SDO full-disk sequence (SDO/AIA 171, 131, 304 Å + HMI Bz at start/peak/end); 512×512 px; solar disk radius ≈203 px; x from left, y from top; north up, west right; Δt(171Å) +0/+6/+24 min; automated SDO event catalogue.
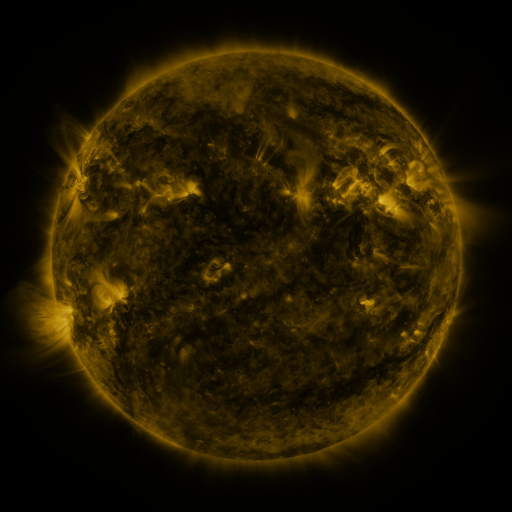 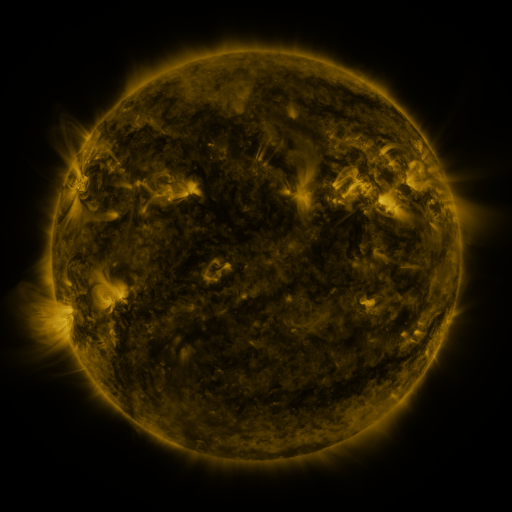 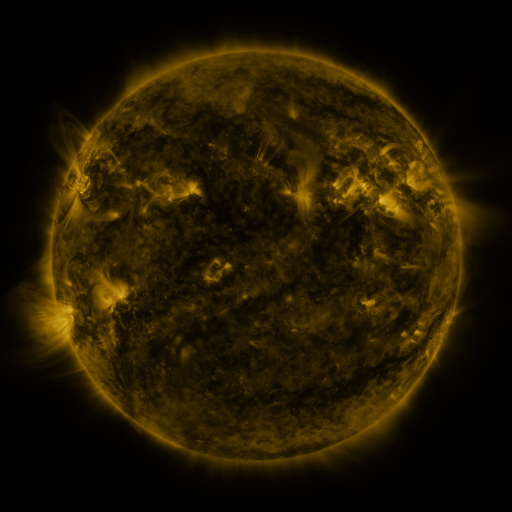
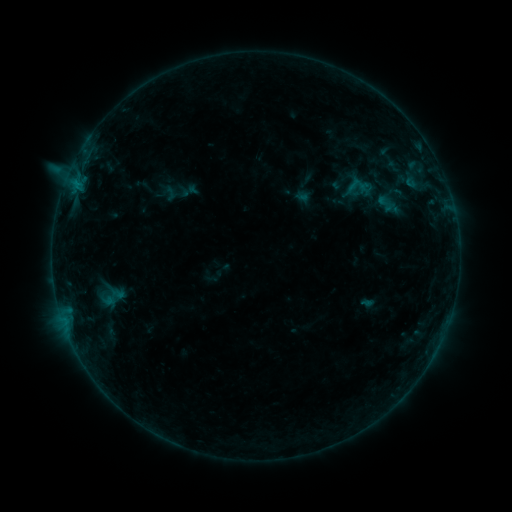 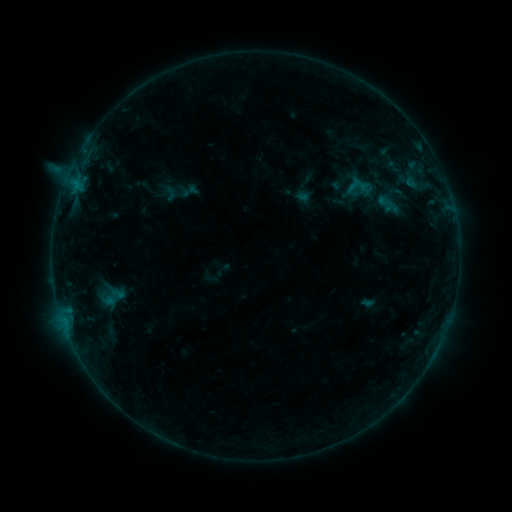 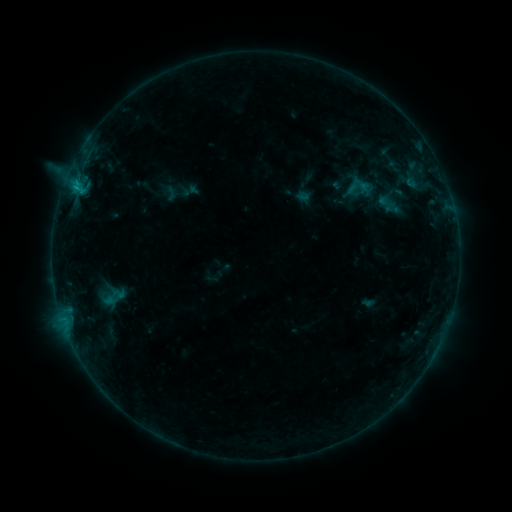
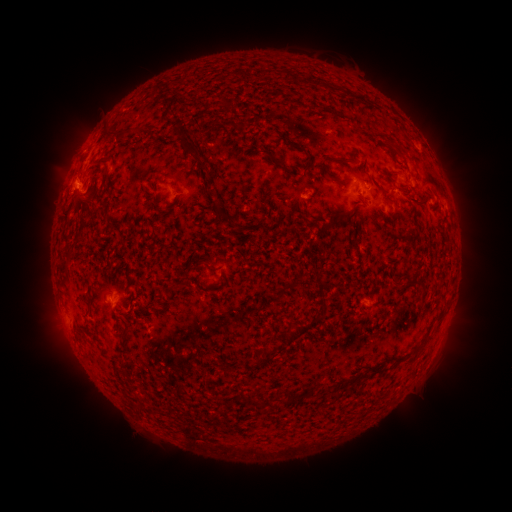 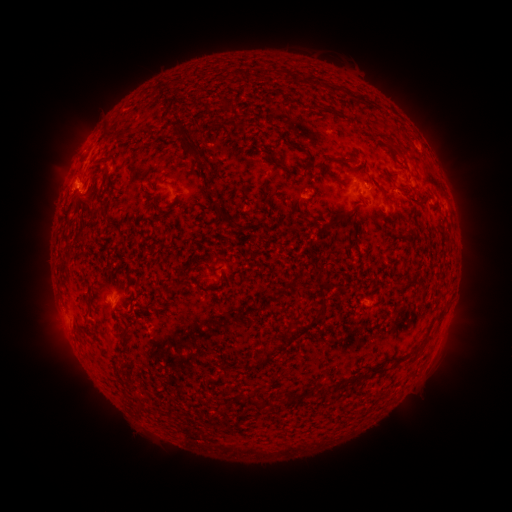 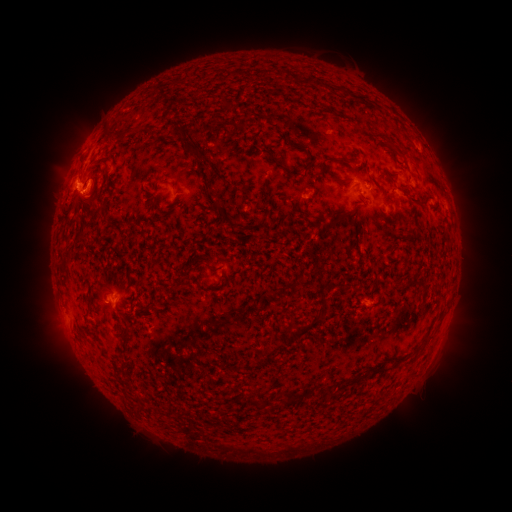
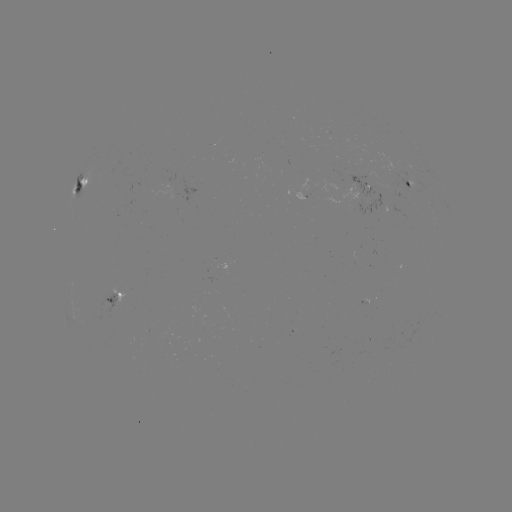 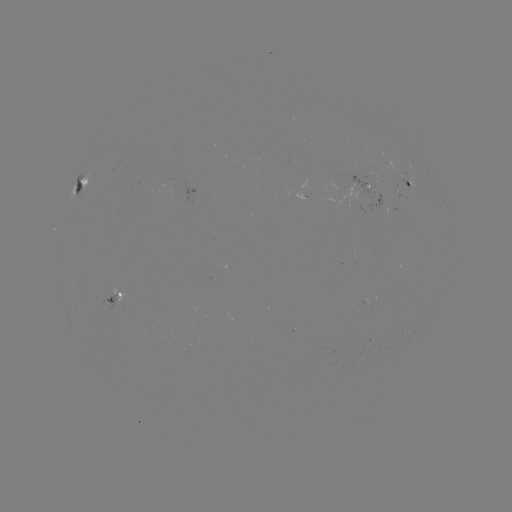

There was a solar flare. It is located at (77, 190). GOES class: C1.3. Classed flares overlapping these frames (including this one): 1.